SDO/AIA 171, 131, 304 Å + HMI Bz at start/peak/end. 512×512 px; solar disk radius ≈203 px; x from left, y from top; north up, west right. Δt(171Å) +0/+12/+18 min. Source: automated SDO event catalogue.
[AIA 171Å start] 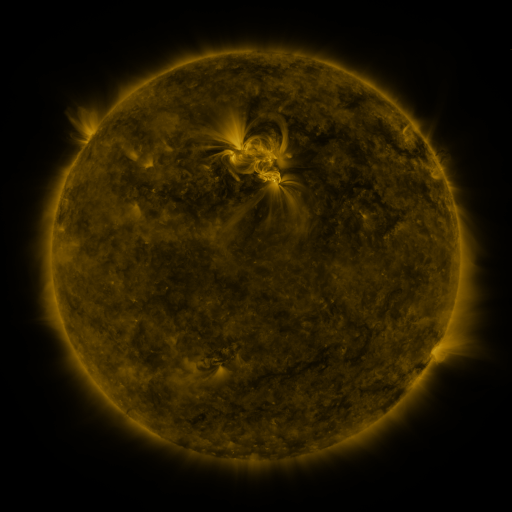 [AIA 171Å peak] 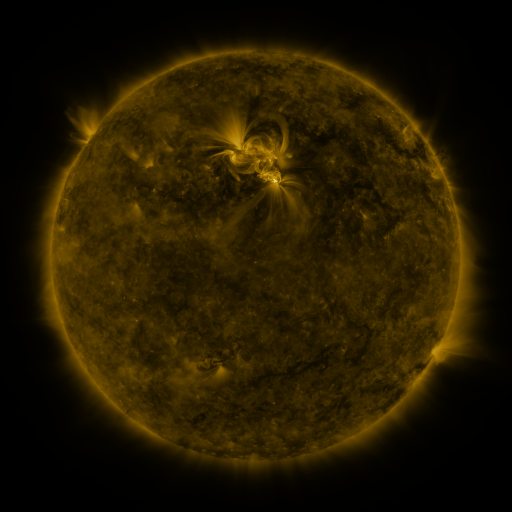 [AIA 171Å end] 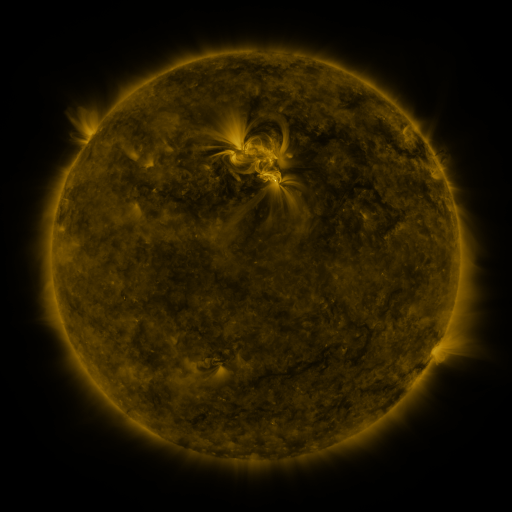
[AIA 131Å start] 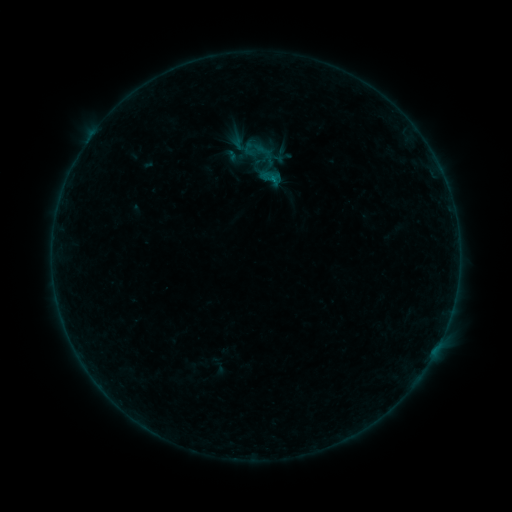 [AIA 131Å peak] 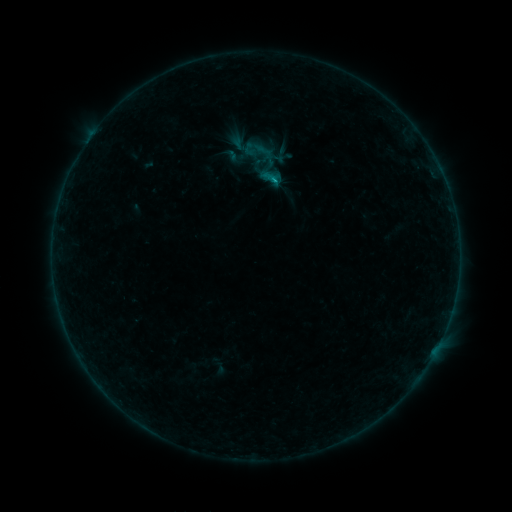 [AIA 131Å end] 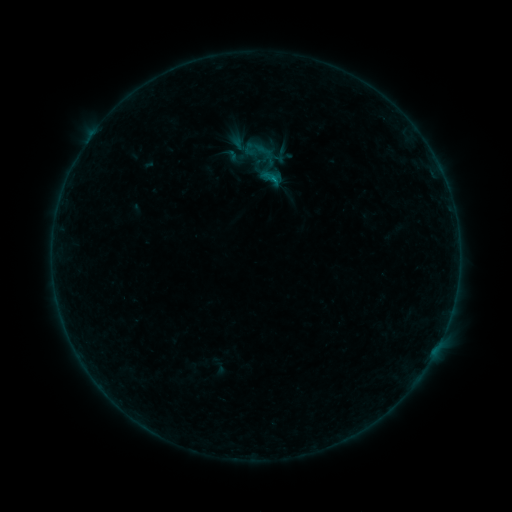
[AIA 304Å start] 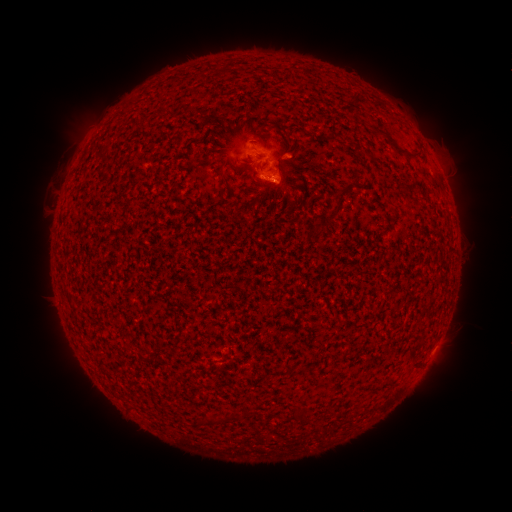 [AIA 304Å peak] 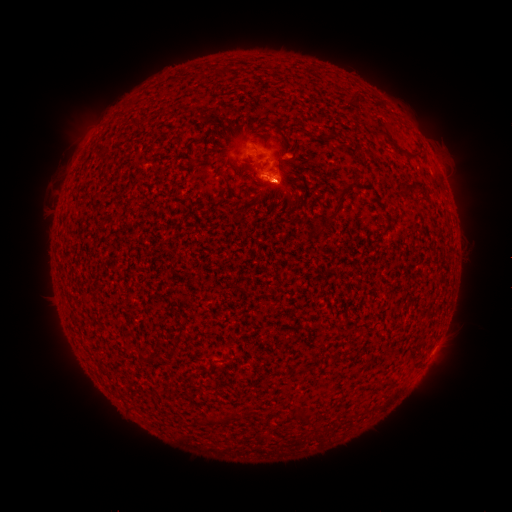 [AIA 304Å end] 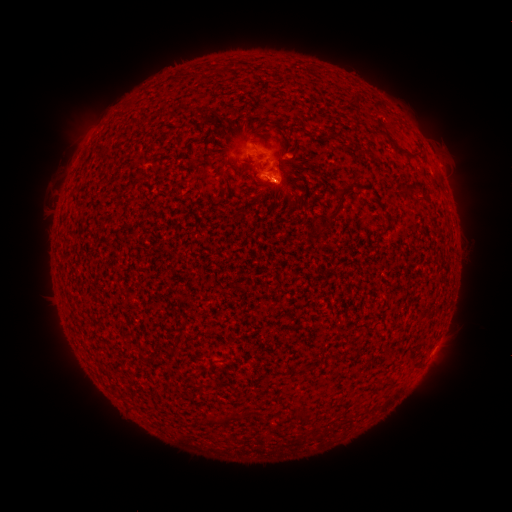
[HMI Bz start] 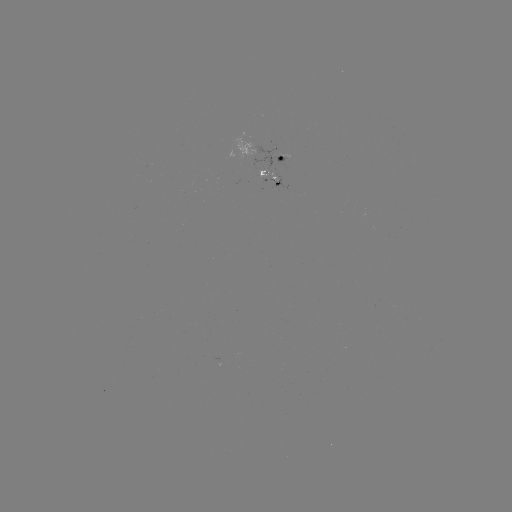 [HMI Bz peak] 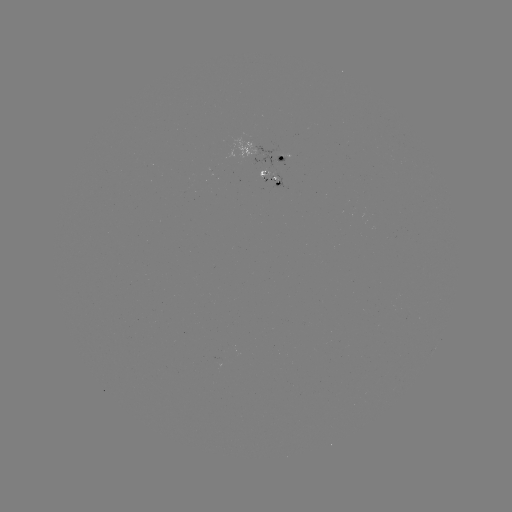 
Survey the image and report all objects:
B3.2 flare: (266, 178)
